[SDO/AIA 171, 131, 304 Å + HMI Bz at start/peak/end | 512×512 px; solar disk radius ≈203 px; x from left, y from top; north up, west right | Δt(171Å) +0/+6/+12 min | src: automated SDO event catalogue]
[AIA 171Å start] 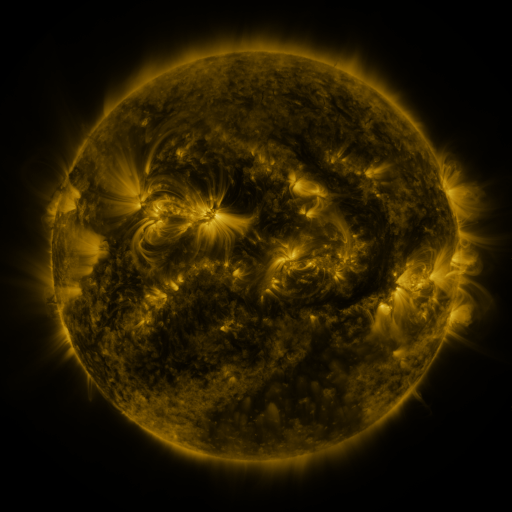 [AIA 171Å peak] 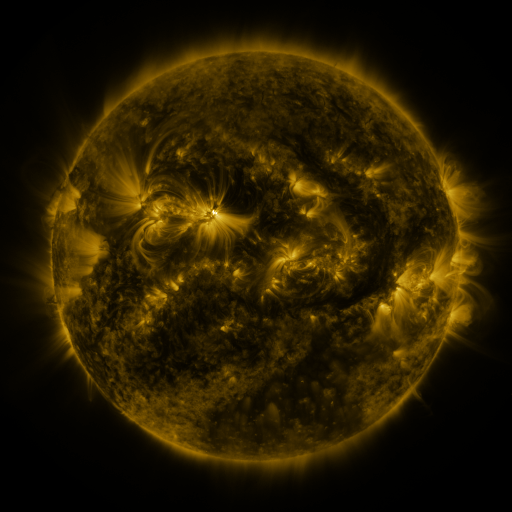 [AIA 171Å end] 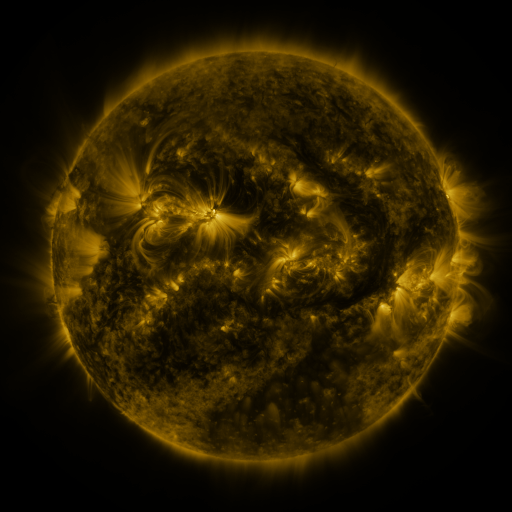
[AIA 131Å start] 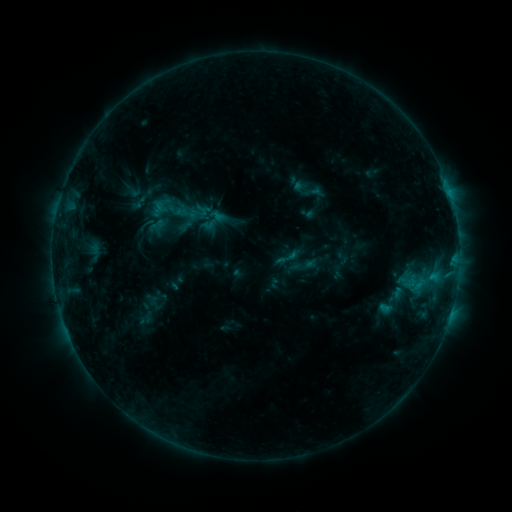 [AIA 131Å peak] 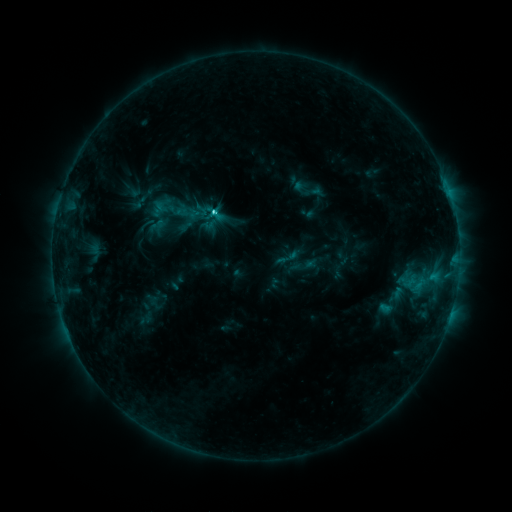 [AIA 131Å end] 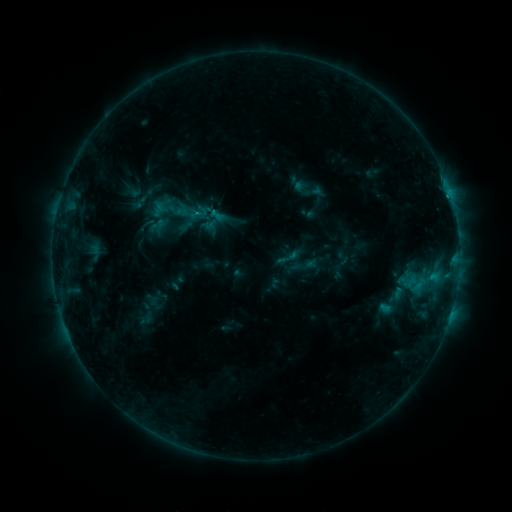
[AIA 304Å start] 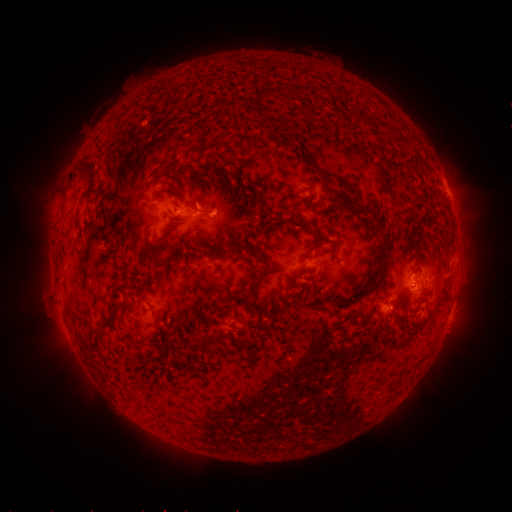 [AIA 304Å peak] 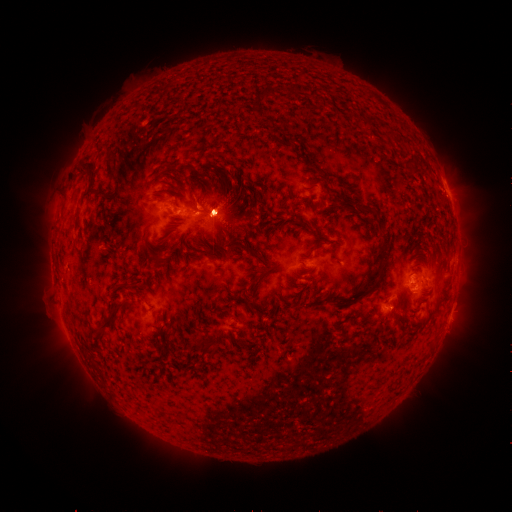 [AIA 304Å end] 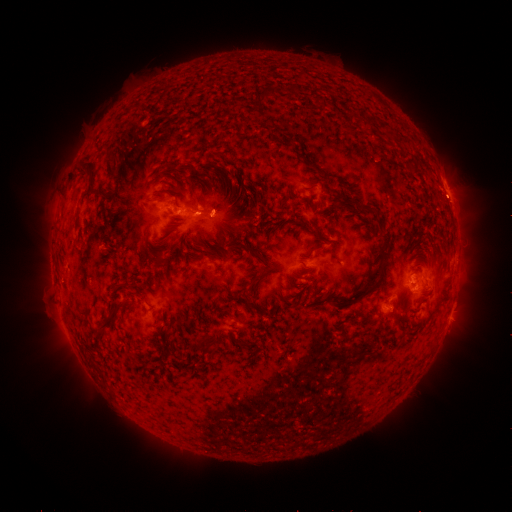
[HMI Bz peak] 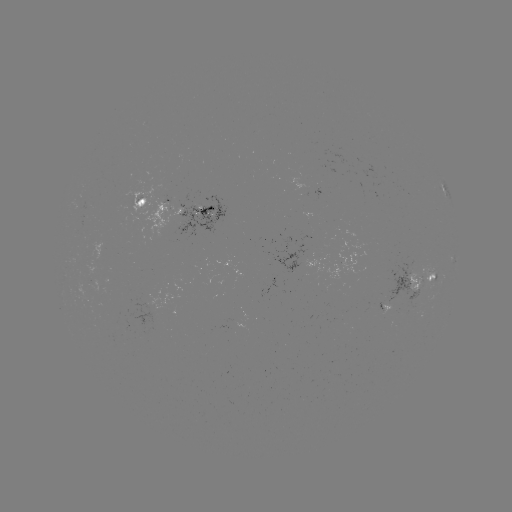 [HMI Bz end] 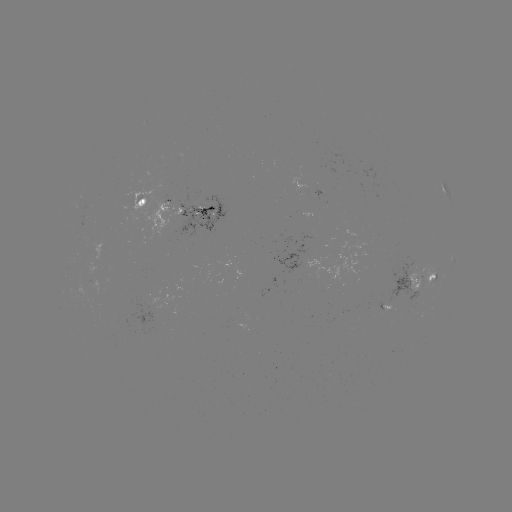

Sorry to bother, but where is eruption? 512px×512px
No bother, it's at [225, 212].